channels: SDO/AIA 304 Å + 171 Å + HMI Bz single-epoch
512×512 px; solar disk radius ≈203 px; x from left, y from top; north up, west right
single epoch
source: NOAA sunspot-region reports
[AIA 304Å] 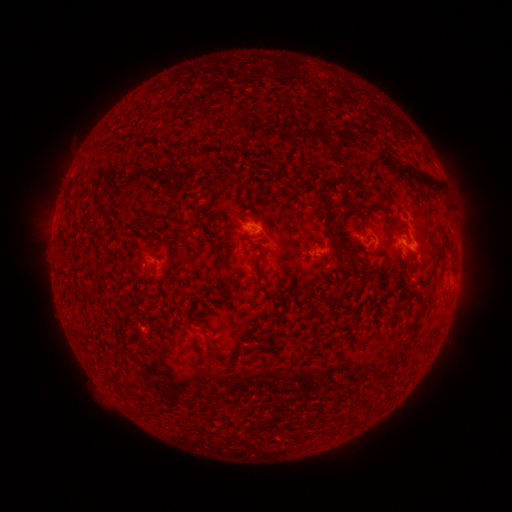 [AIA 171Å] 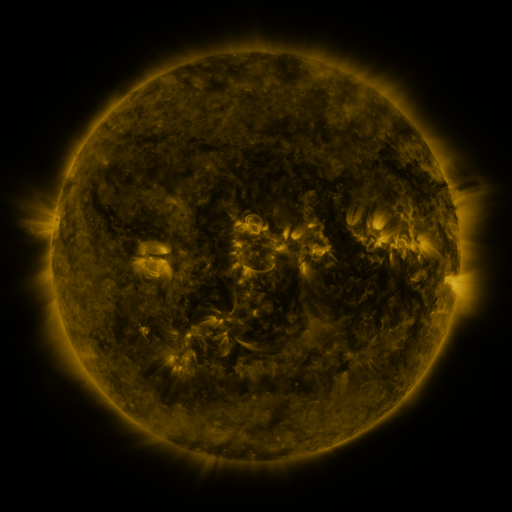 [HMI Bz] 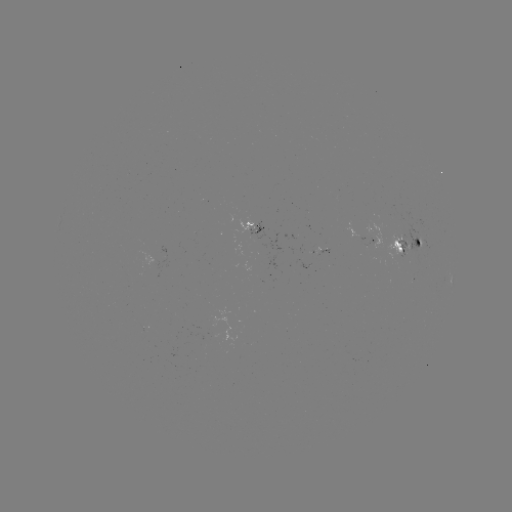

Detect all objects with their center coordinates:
spotted active region: (259, 228)
spotted active region: (364, 231)
spotted active region: (410, 240)
spotted active region: (325, 251)
